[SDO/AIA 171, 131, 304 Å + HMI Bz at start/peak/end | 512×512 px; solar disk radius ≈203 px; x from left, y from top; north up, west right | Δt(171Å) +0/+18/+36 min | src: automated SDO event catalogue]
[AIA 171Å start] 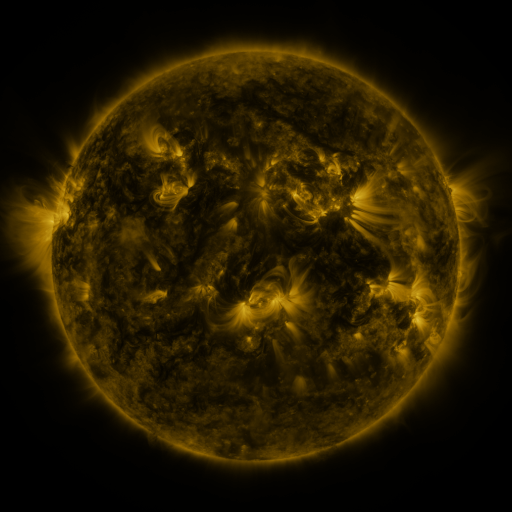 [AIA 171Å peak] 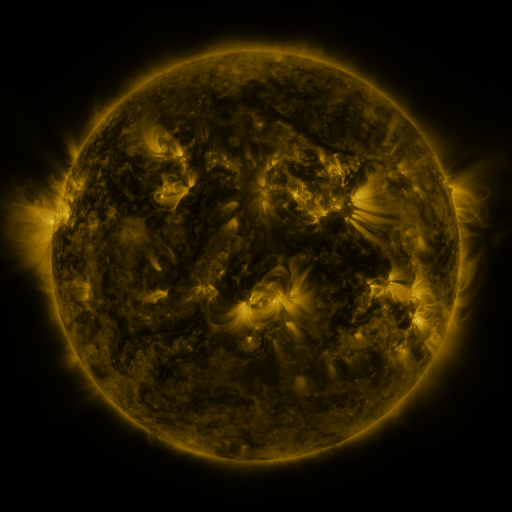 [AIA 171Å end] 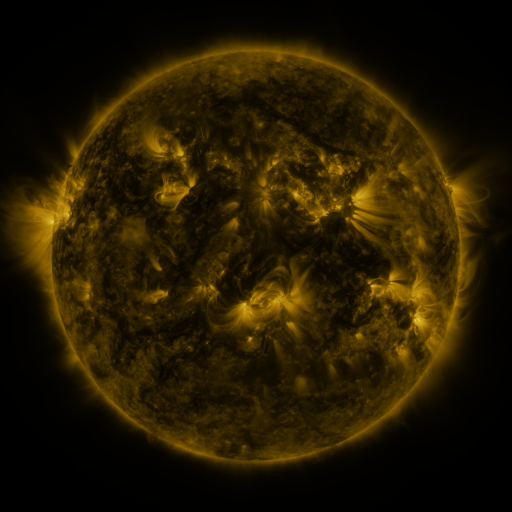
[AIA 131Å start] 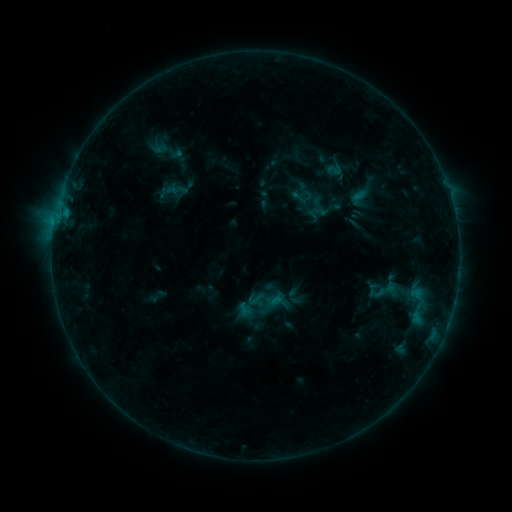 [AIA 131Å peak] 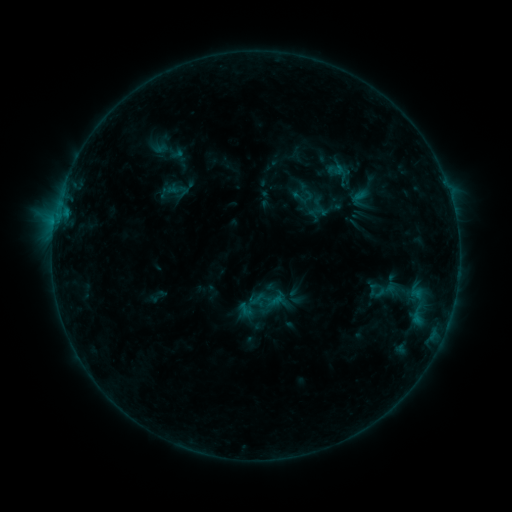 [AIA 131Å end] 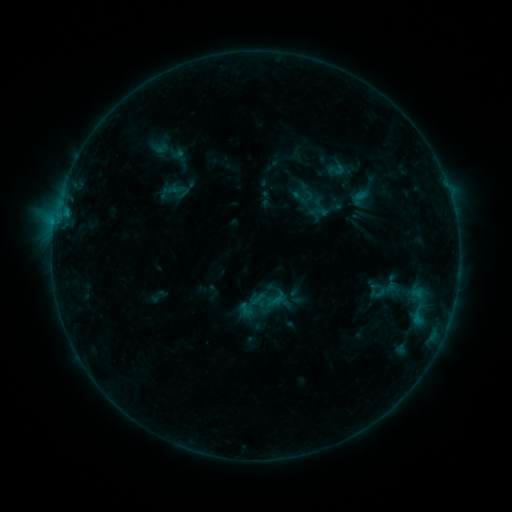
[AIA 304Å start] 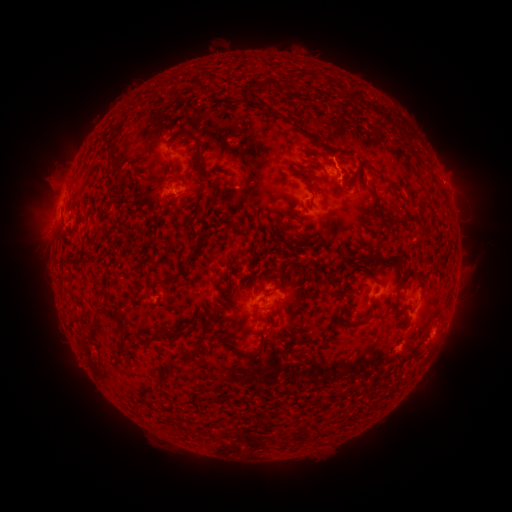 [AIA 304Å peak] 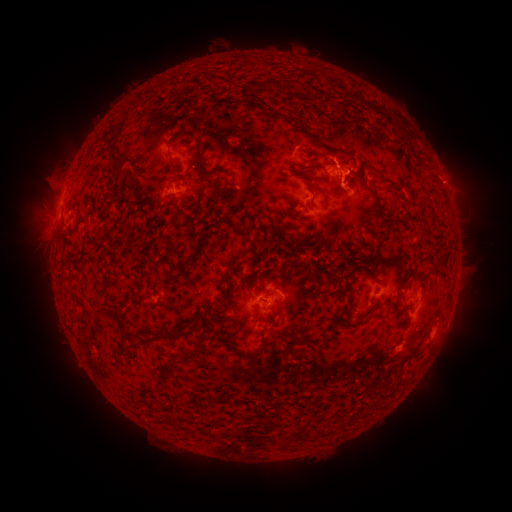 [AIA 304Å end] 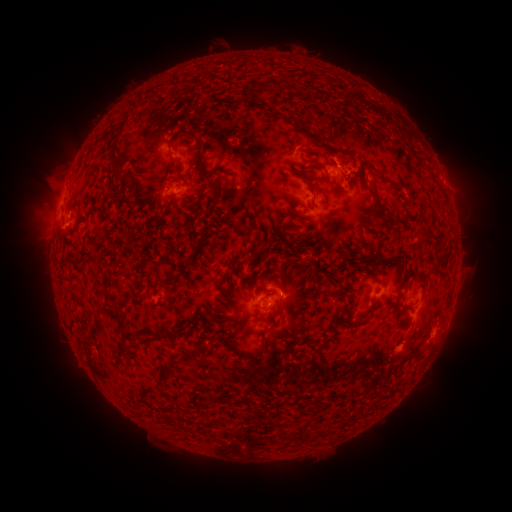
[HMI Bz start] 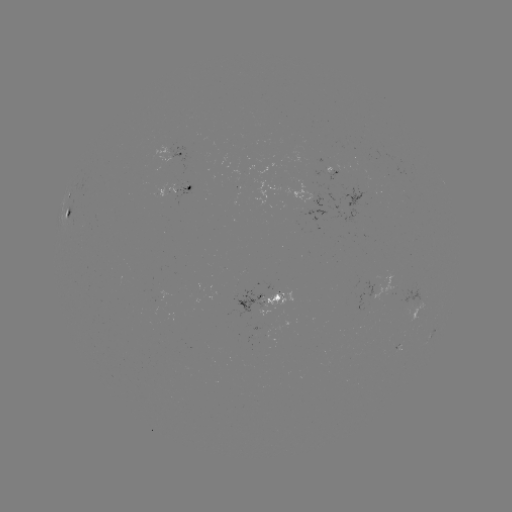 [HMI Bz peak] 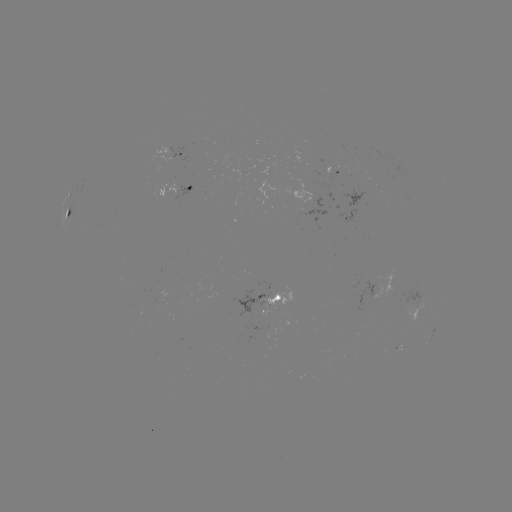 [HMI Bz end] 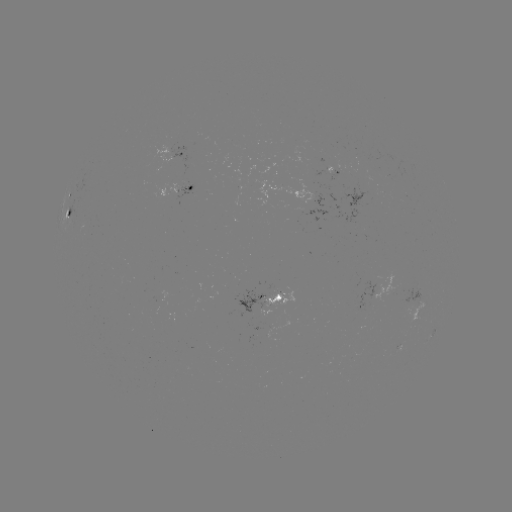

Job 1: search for B5.1 flare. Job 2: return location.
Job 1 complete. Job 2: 337,171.